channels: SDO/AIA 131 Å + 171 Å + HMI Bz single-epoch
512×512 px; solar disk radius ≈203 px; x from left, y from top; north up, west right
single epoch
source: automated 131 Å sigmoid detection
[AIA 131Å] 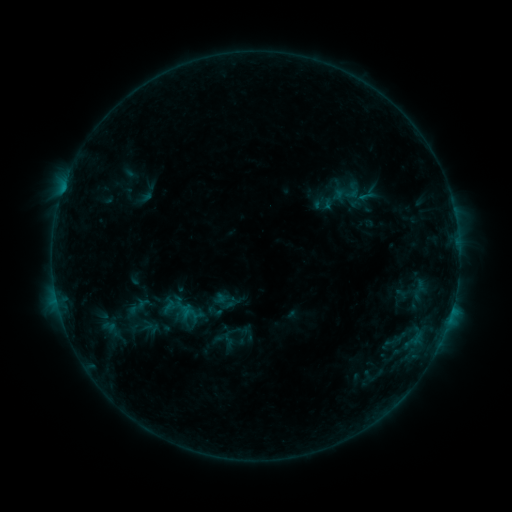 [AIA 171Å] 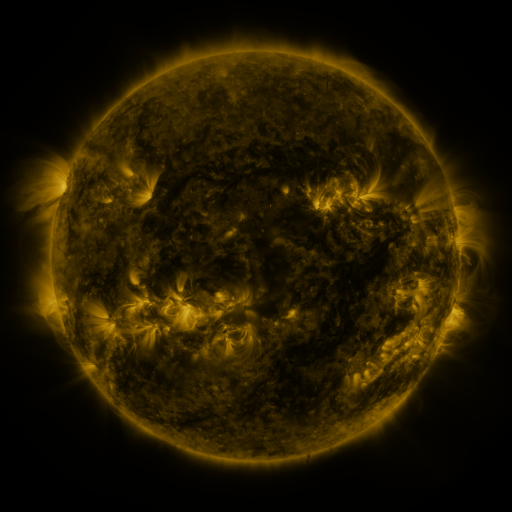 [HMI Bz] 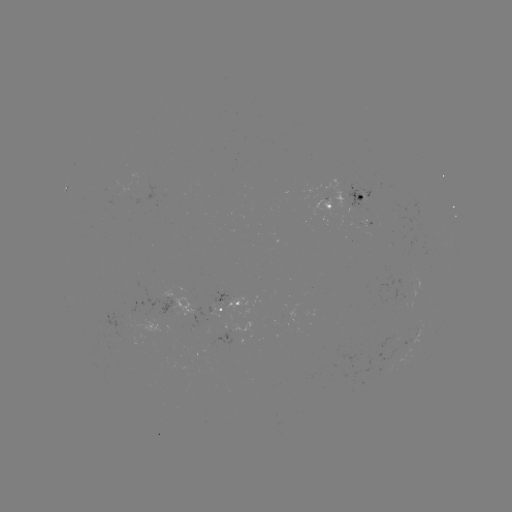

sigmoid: <bbox>218, 330, 238, 349</bbox>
